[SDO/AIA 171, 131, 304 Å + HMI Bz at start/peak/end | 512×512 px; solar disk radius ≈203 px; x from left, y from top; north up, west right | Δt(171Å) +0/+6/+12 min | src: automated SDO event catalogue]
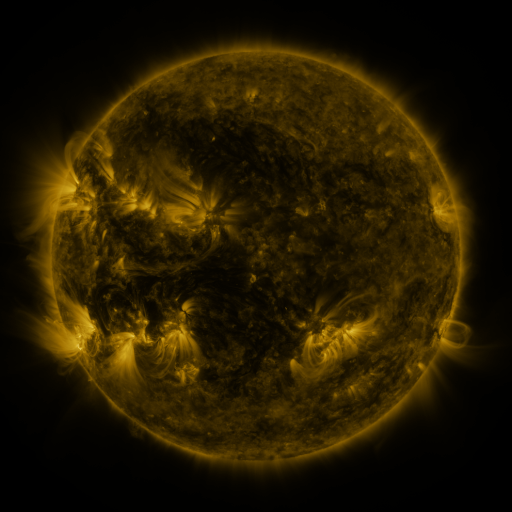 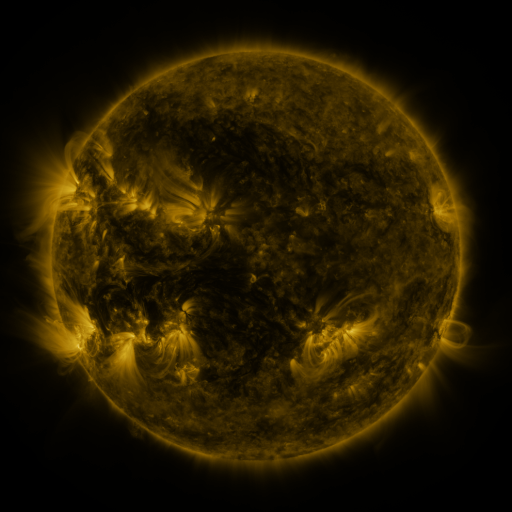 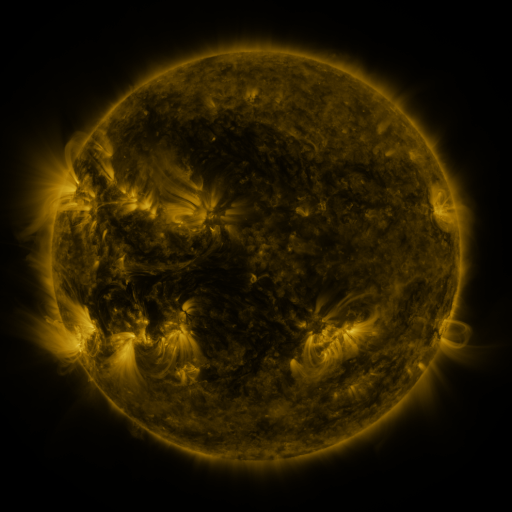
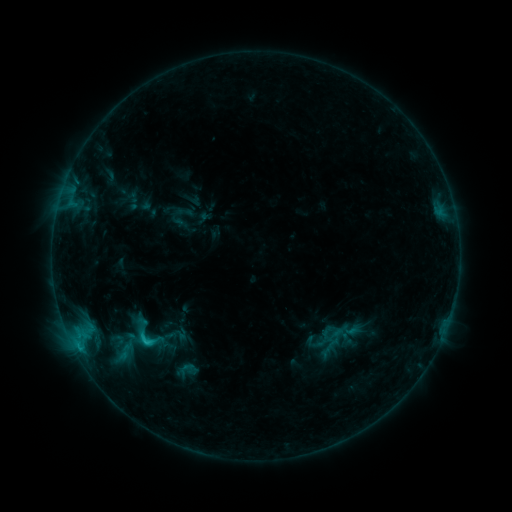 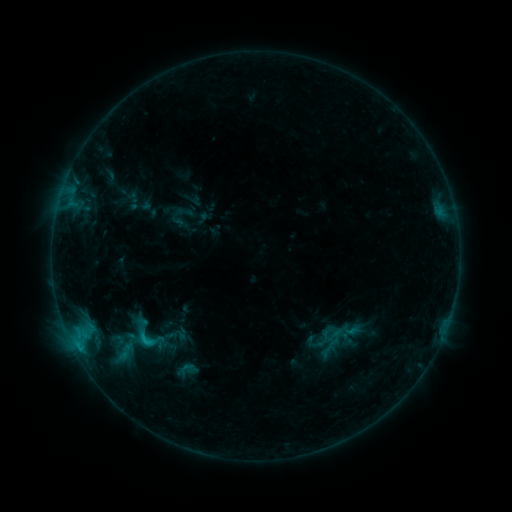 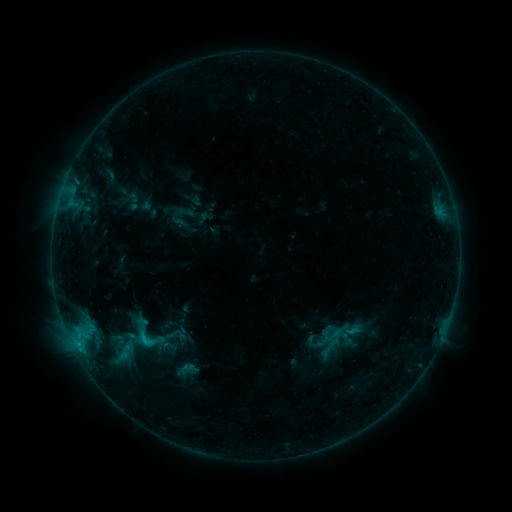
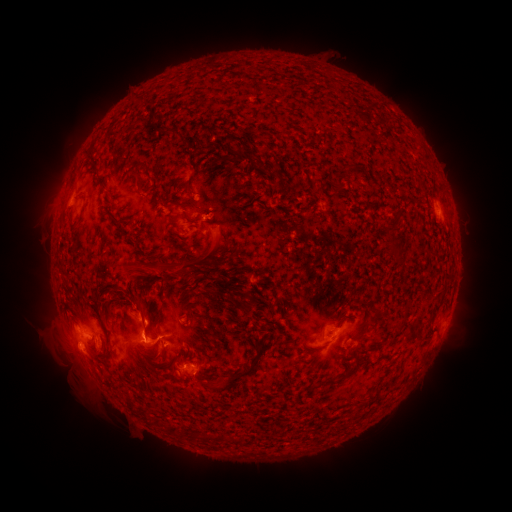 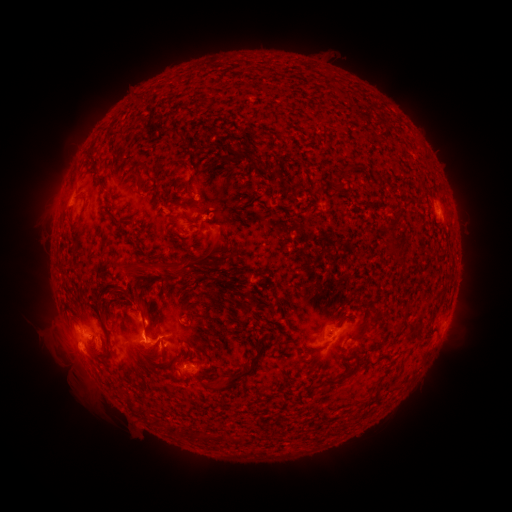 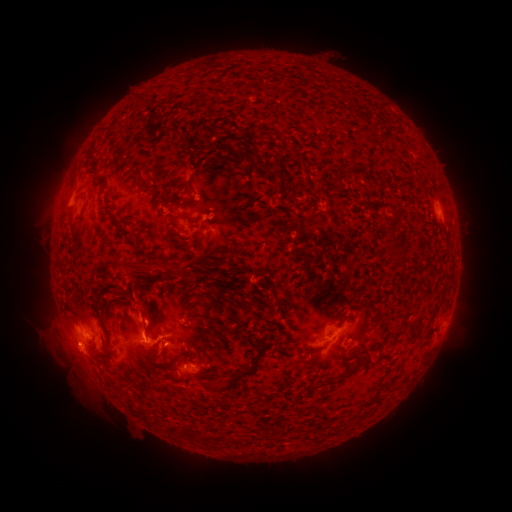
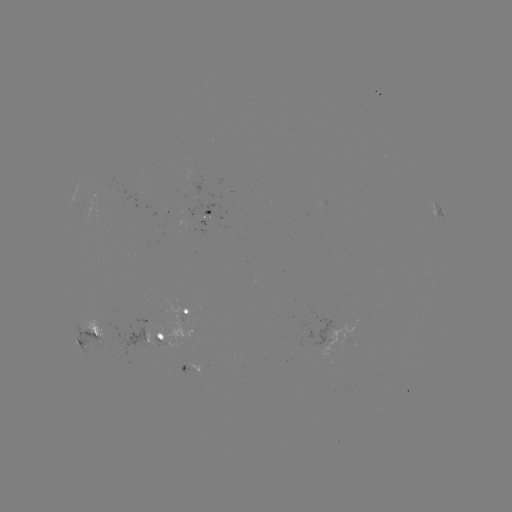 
no catalogued flare and no flagged EUV brightening in this window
